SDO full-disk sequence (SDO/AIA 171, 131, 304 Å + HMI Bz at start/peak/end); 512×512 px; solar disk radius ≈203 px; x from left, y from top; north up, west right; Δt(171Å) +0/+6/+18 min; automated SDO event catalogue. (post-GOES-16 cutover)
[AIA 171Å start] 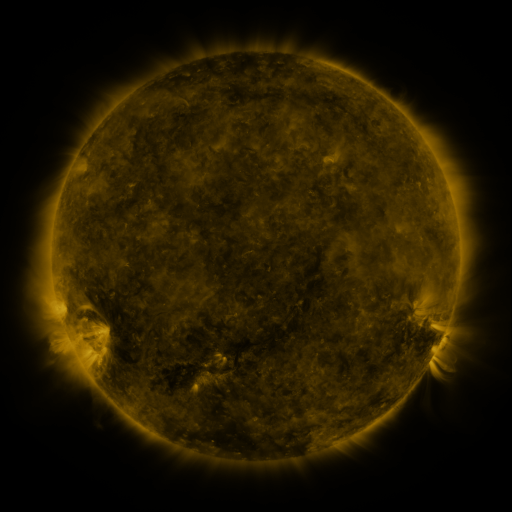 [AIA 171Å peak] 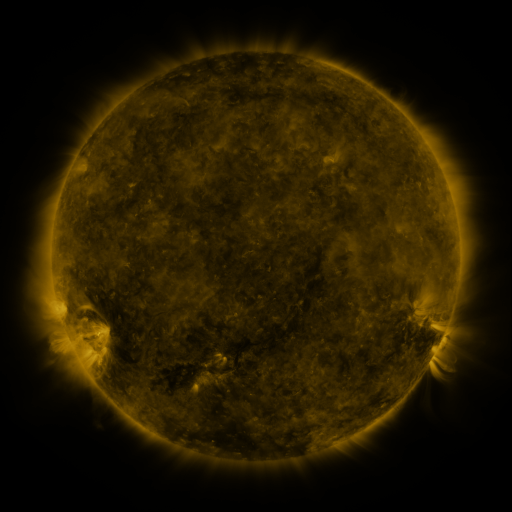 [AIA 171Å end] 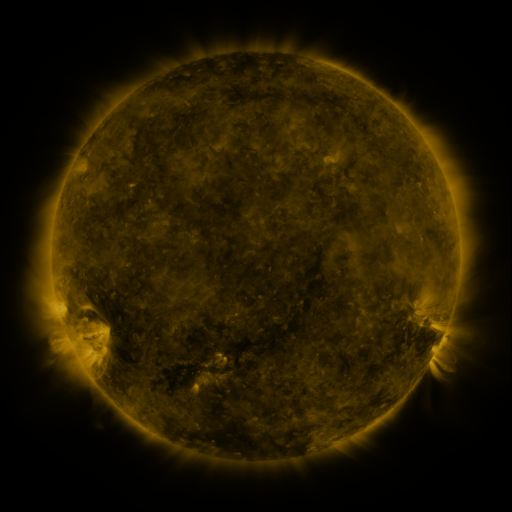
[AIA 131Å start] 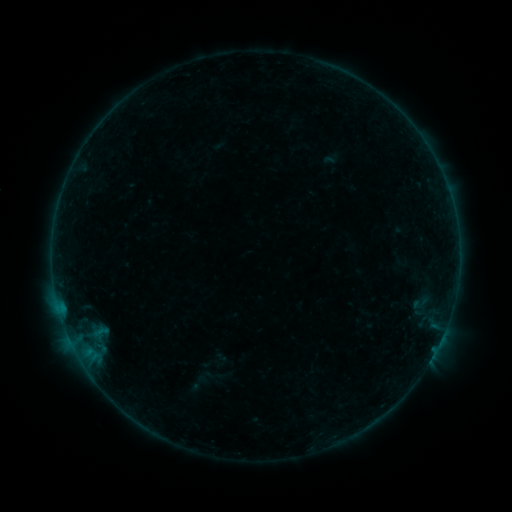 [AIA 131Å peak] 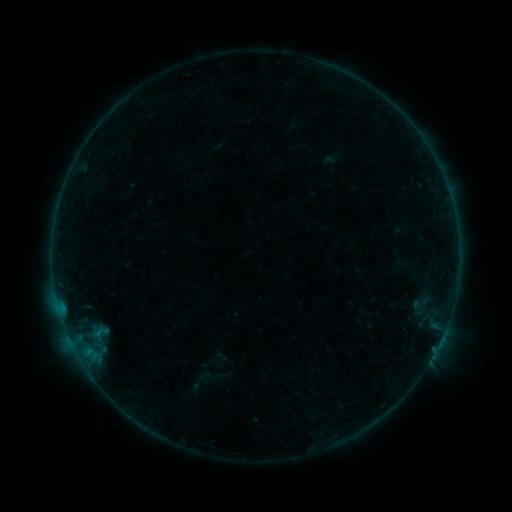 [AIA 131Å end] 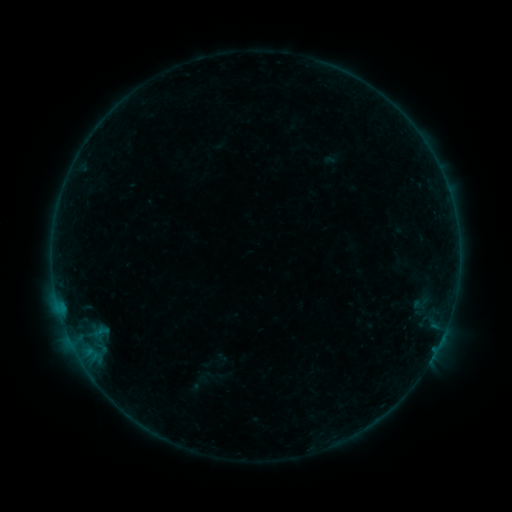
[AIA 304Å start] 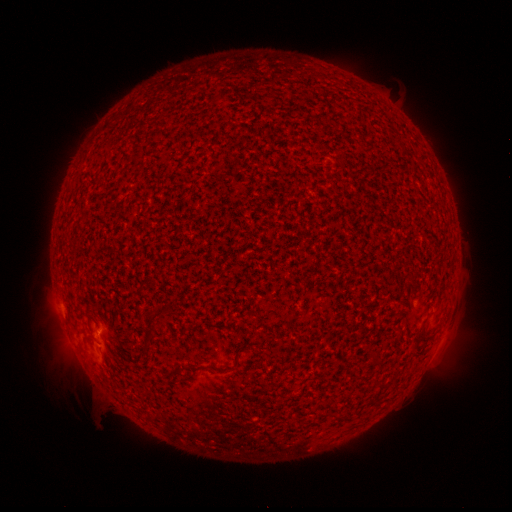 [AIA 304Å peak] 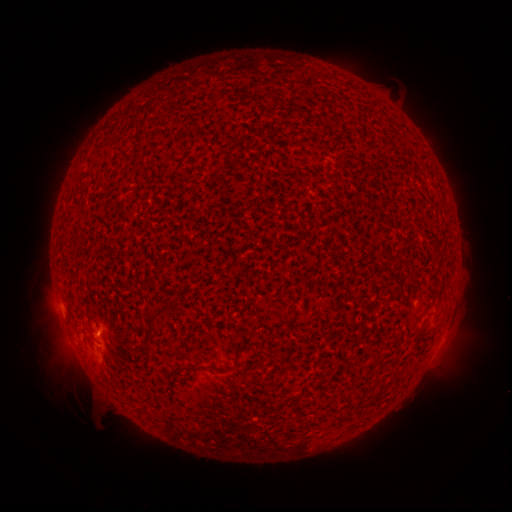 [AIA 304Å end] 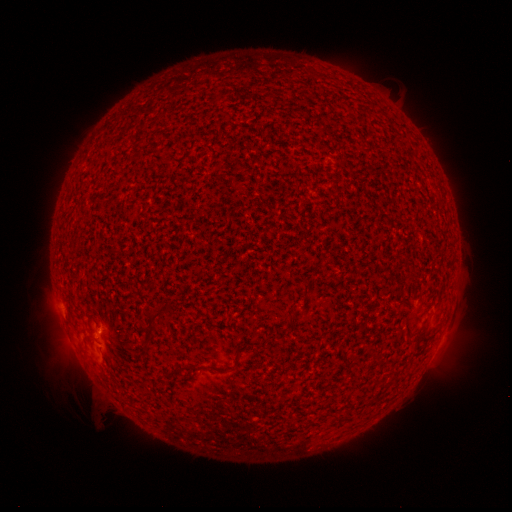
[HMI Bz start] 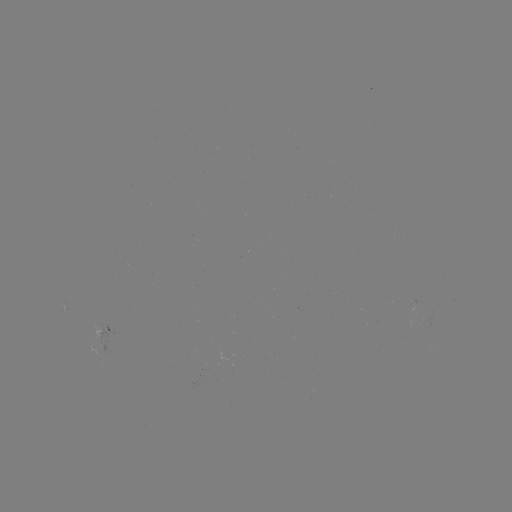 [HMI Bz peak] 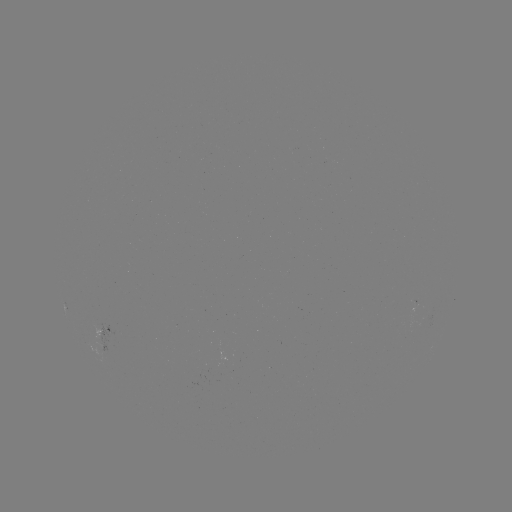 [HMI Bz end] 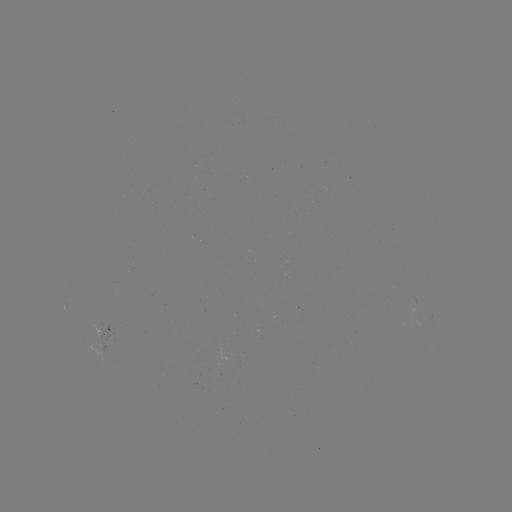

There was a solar flare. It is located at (99, 330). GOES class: A9.6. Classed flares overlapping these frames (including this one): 1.